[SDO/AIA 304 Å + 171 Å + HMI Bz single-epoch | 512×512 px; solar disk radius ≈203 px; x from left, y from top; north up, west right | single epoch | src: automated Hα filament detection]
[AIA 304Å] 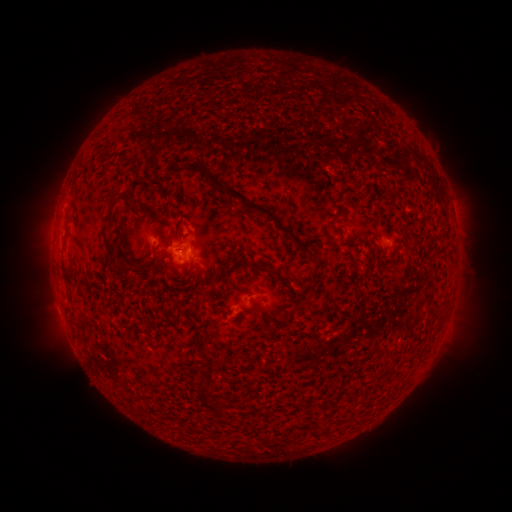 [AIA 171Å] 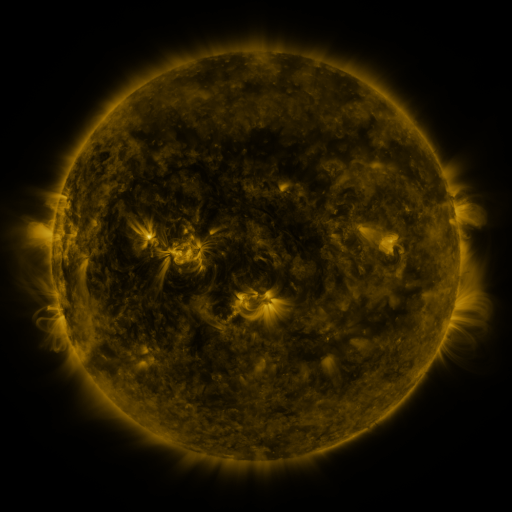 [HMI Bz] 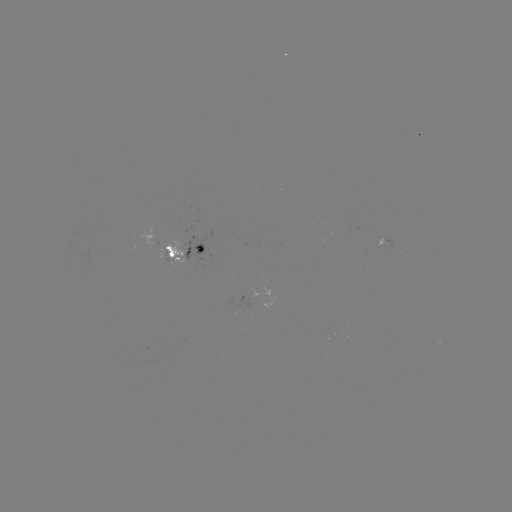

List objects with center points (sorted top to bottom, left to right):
filament: (193, 164)
filament: (250, 206)
filament: (112, 261)
filament: (203, 394)
filament: (222, 413)
